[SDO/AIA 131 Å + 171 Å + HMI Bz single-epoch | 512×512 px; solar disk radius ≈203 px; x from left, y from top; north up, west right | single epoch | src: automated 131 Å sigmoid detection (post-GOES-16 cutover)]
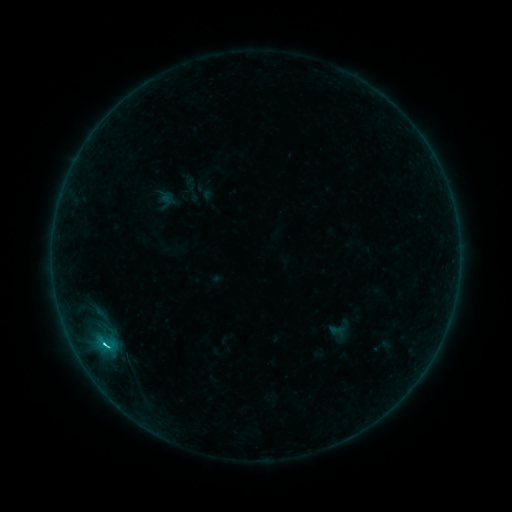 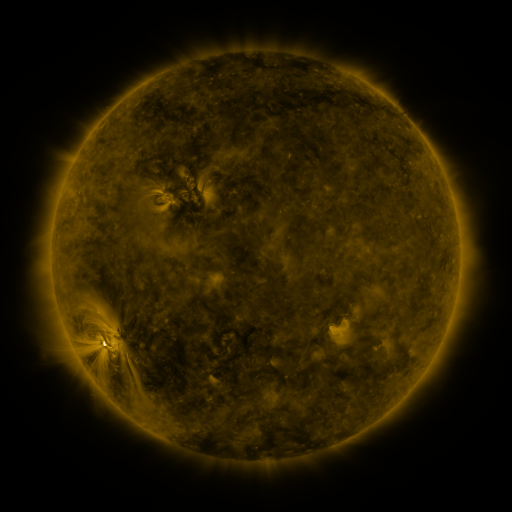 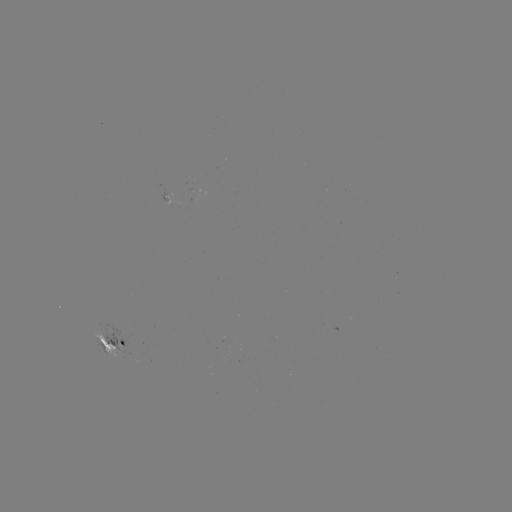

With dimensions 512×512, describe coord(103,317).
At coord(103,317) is sigmoid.